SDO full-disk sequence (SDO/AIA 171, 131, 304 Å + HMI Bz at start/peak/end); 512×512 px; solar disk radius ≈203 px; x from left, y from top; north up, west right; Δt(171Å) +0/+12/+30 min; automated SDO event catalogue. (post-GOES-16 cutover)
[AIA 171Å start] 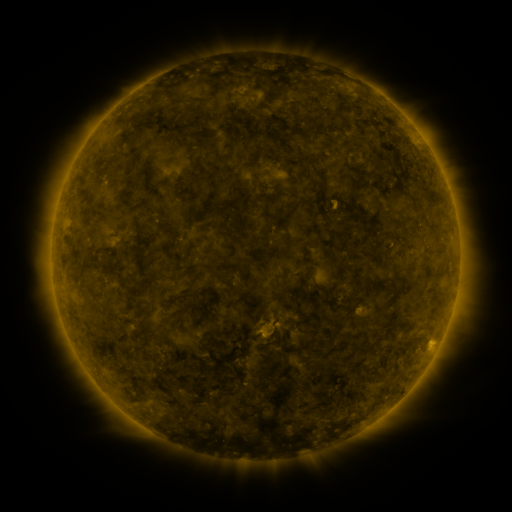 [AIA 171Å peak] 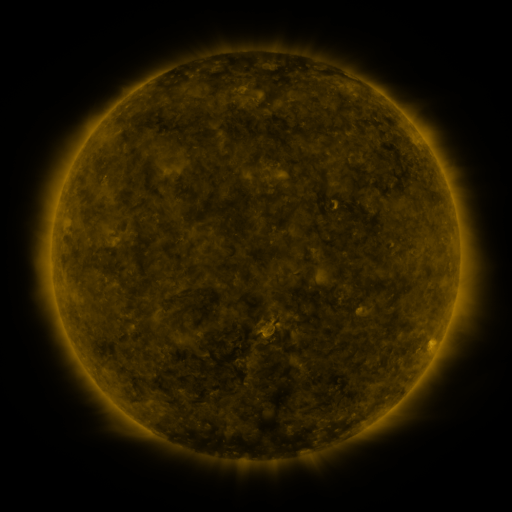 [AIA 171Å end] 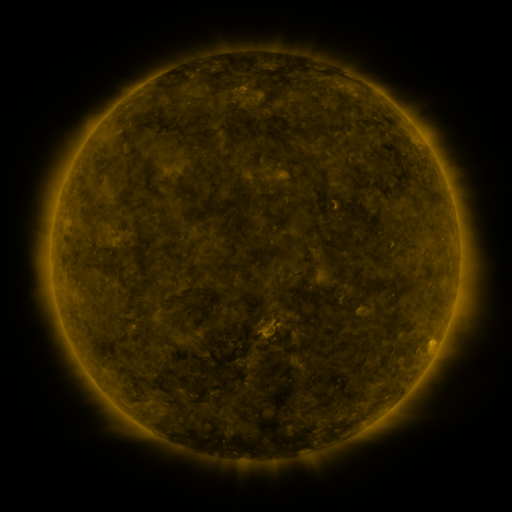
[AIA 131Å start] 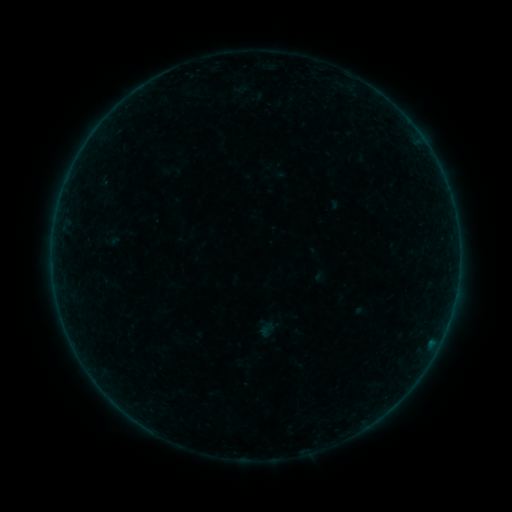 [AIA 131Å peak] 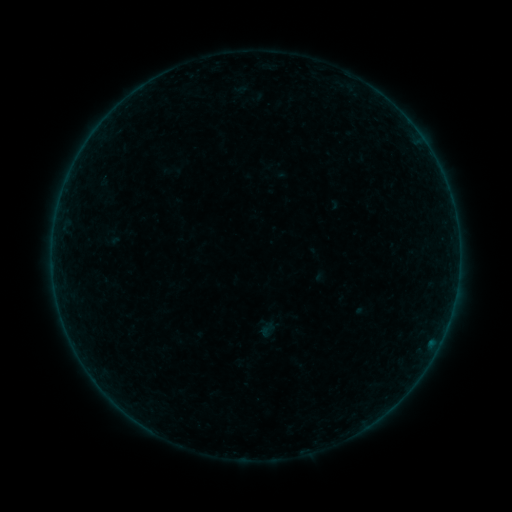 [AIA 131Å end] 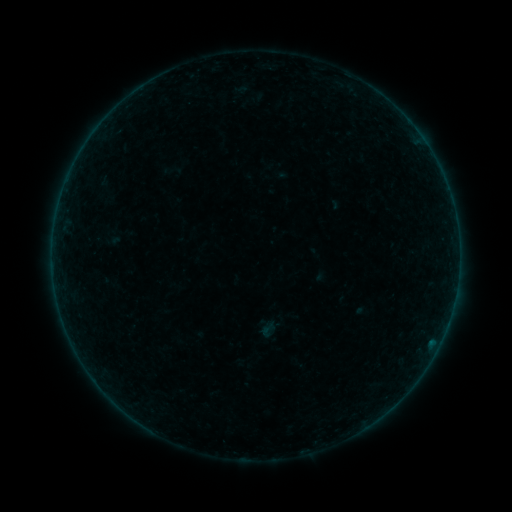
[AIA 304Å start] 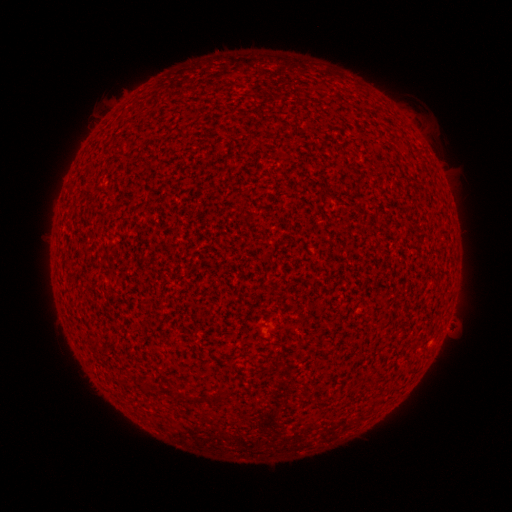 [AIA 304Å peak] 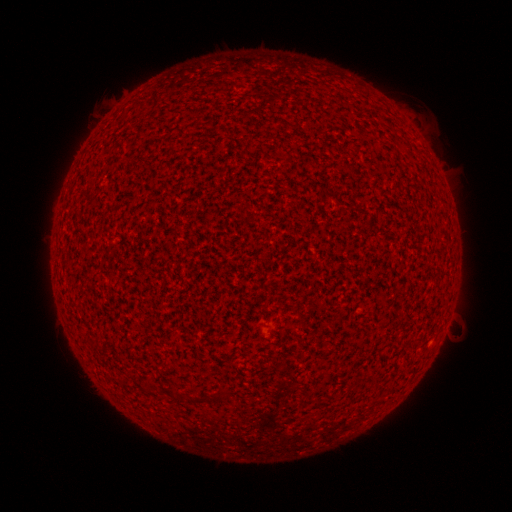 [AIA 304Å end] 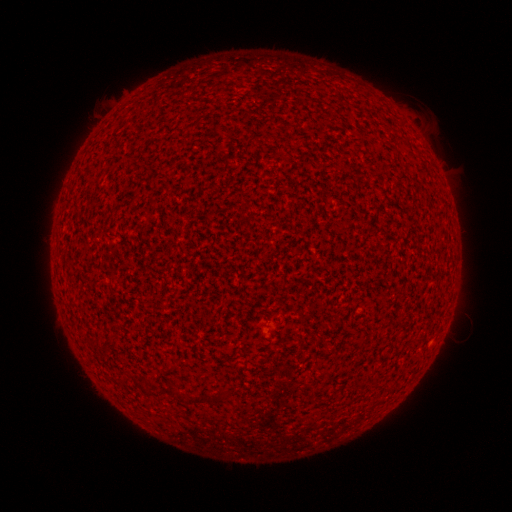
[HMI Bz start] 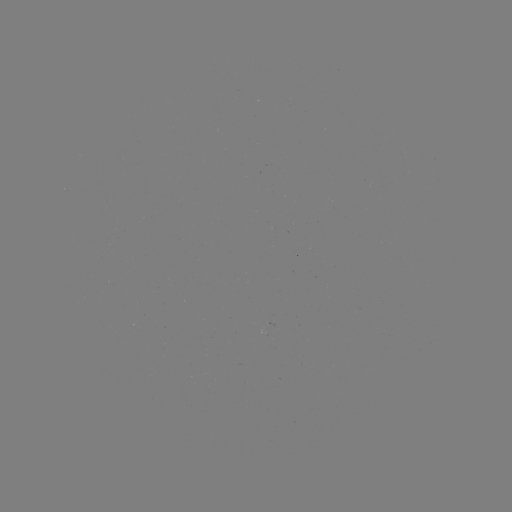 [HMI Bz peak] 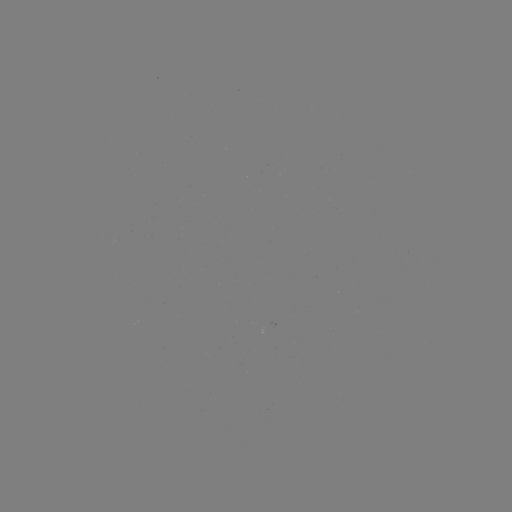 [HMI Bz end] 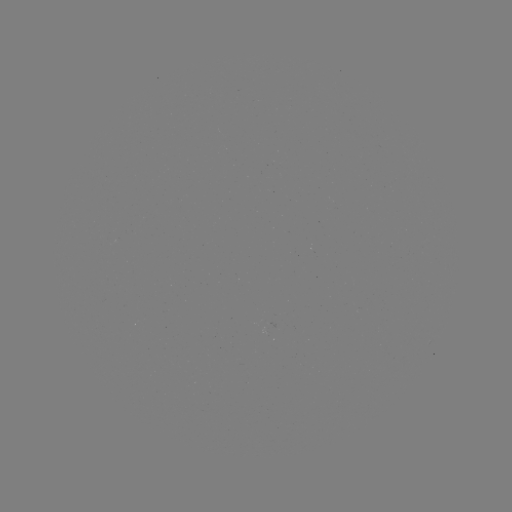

no catalogued flare and no flagged EUV brightening in this window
